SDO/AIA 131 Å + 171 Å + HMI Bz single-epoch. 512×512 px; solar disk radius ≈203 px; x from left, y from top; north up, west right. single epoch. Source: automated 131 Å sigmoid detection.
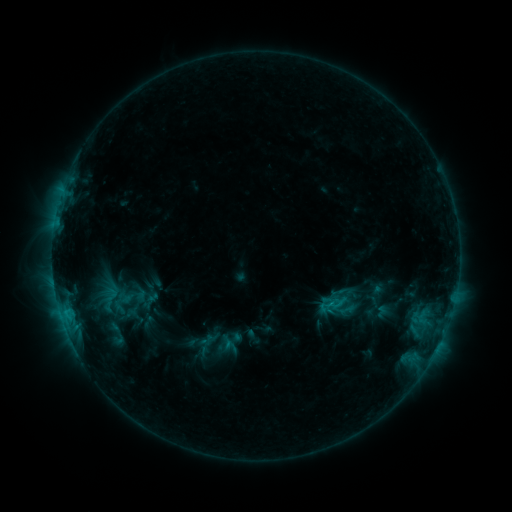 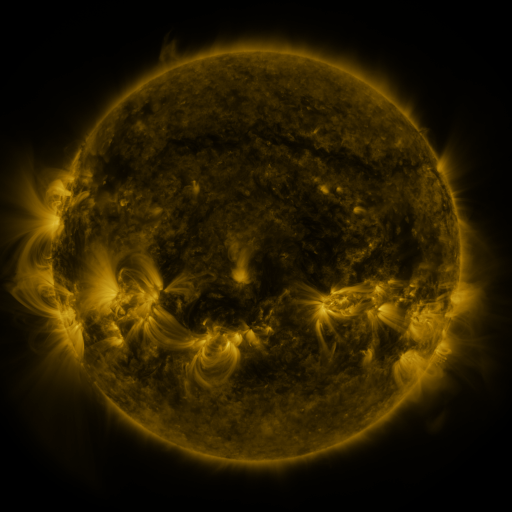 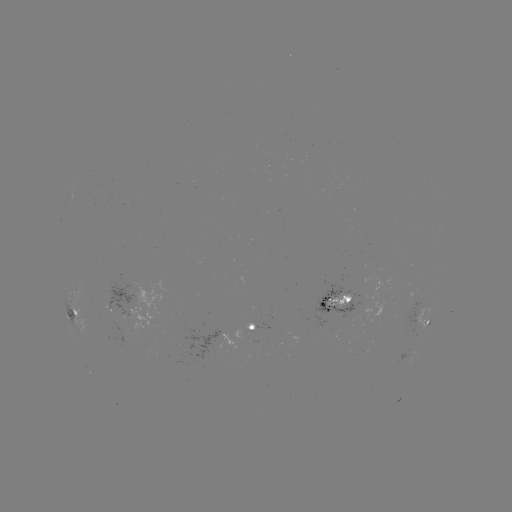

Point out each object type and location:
sigmoid: (329, 305)
sigmoid: (115, 334)
